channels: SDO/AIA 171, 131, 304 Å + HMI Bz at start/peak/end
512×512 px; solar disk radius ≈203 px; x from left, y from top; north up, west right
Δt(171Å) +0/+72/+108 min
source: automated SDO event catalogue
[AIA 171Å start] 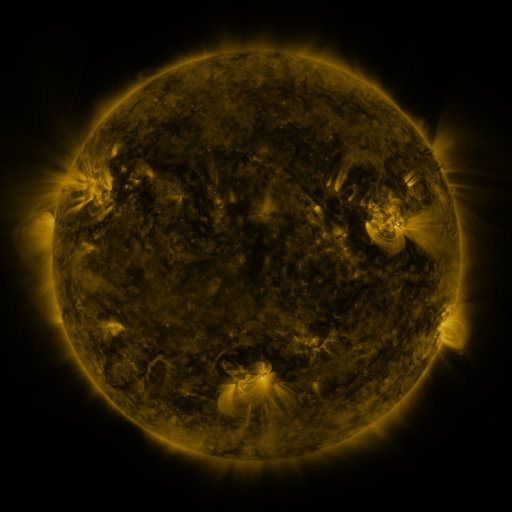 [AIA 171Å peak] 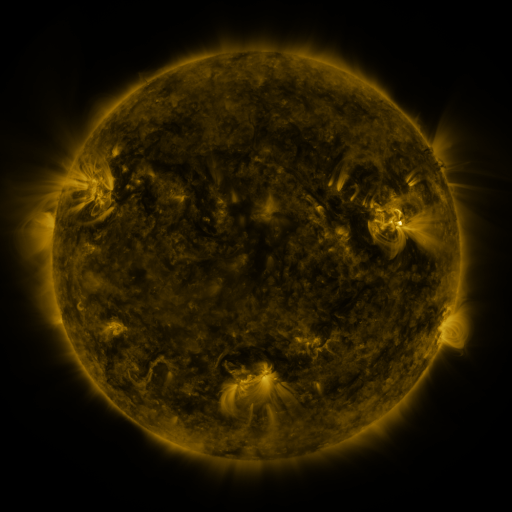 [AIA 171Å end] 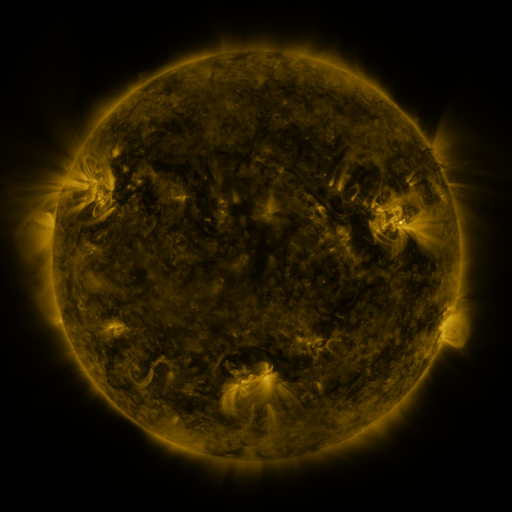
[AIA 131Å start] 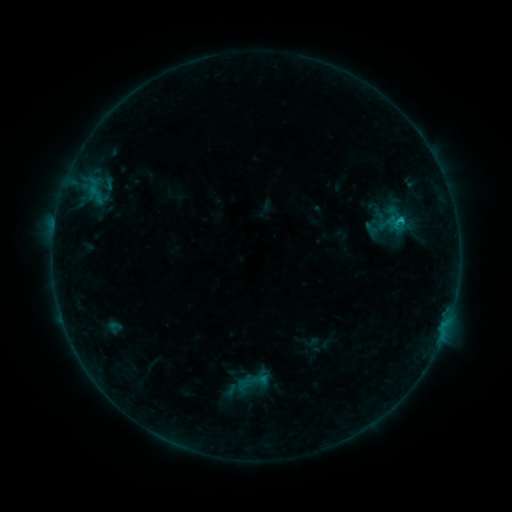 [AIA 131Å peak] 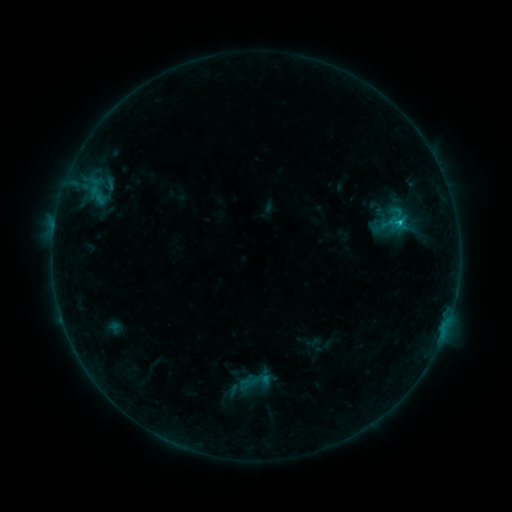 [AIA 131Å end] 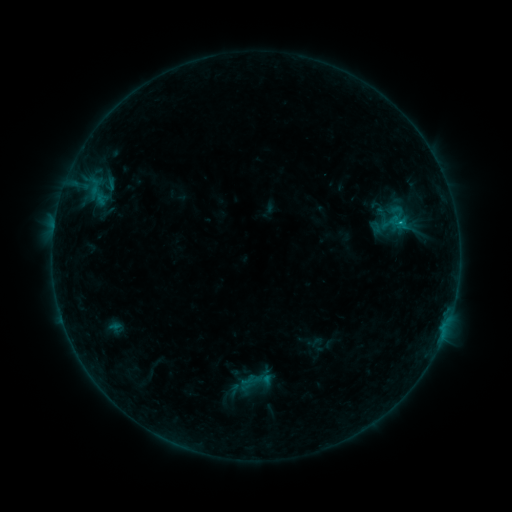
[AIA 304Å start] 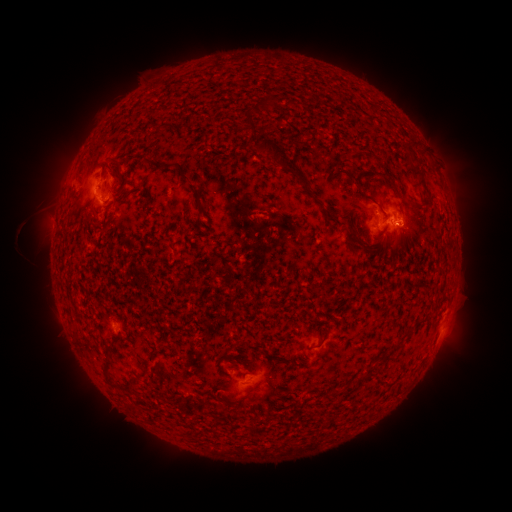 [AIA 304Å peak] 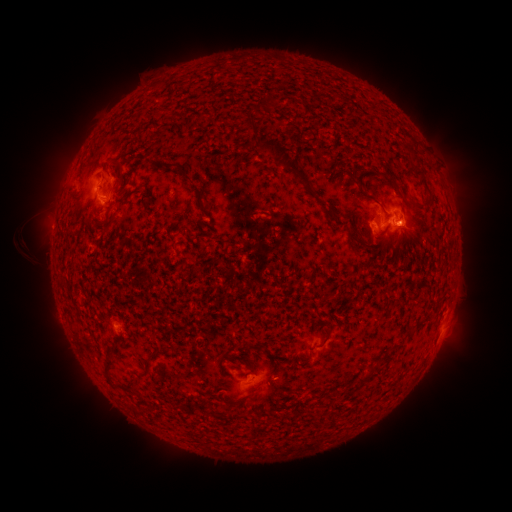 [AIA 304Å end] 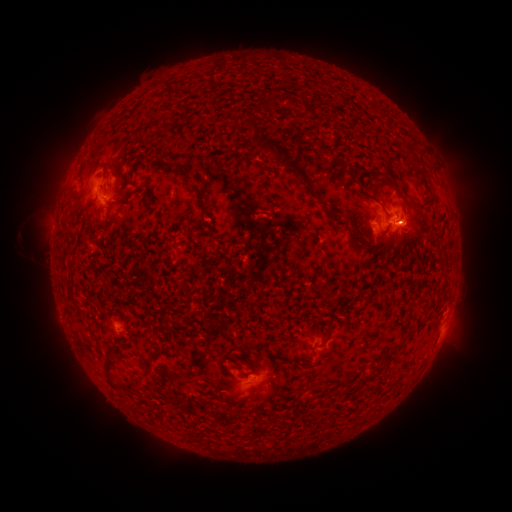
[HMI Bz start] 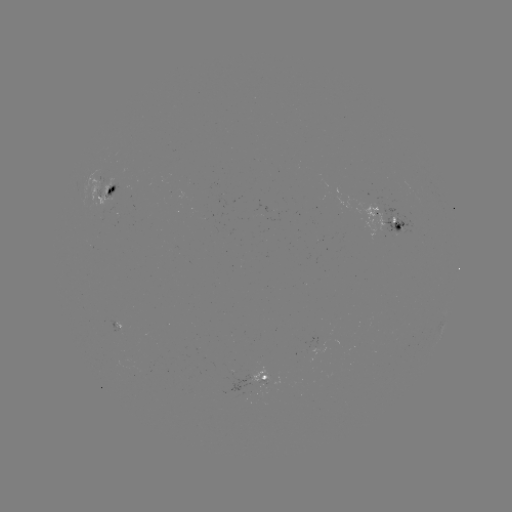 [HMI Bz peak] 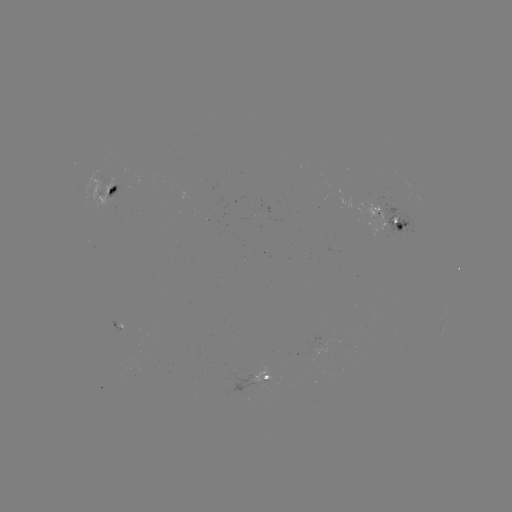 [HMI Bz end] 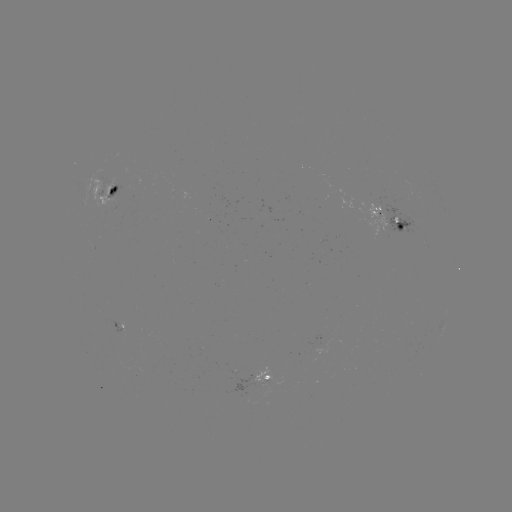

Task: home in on emerging-flux region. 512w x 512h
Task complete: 101,191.